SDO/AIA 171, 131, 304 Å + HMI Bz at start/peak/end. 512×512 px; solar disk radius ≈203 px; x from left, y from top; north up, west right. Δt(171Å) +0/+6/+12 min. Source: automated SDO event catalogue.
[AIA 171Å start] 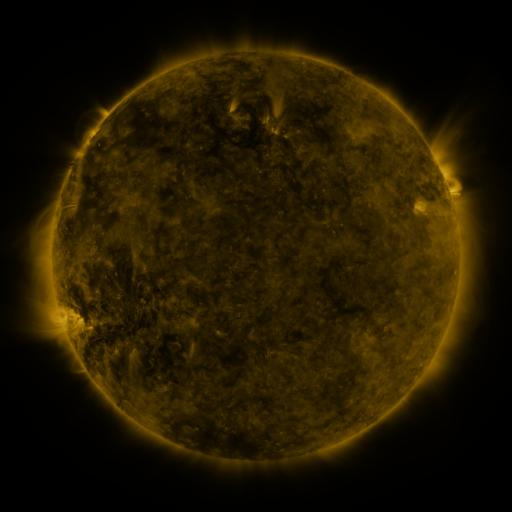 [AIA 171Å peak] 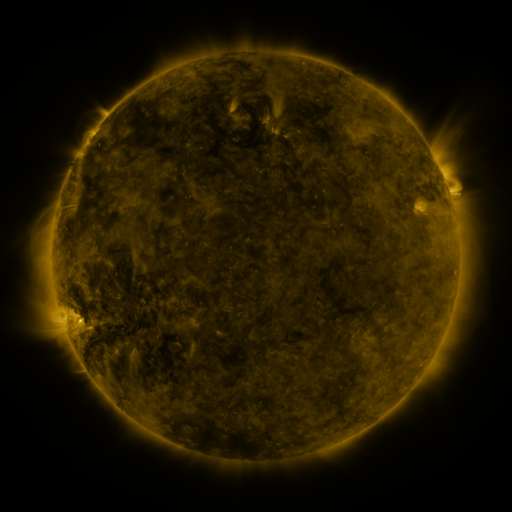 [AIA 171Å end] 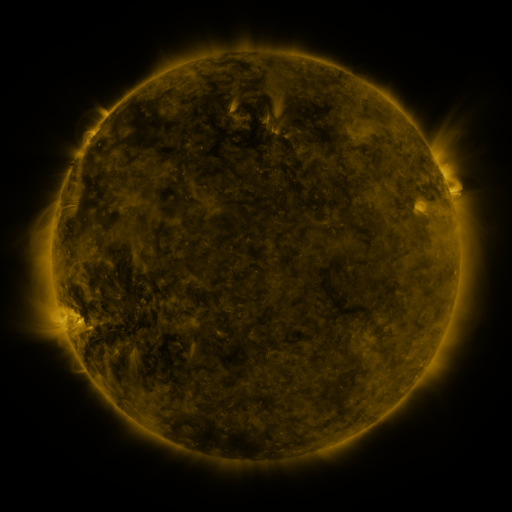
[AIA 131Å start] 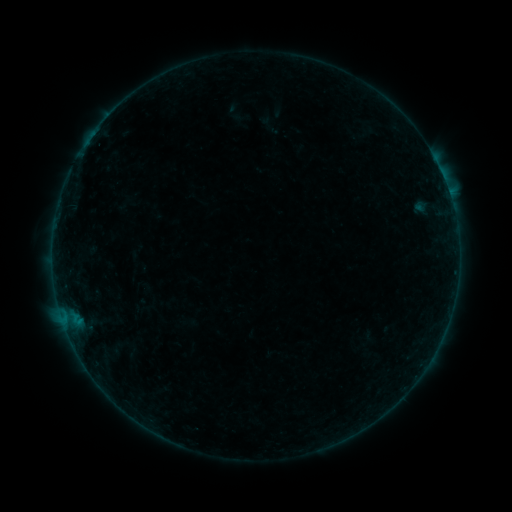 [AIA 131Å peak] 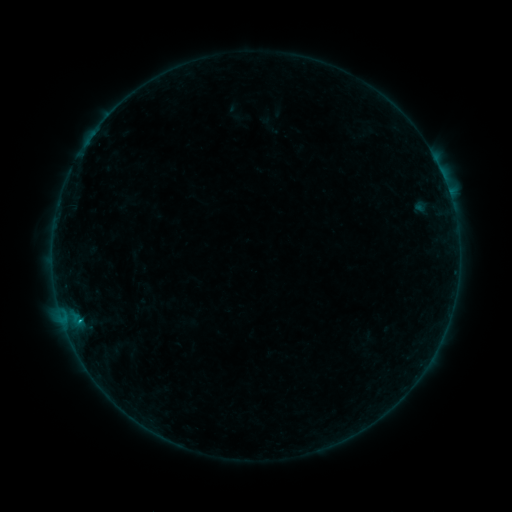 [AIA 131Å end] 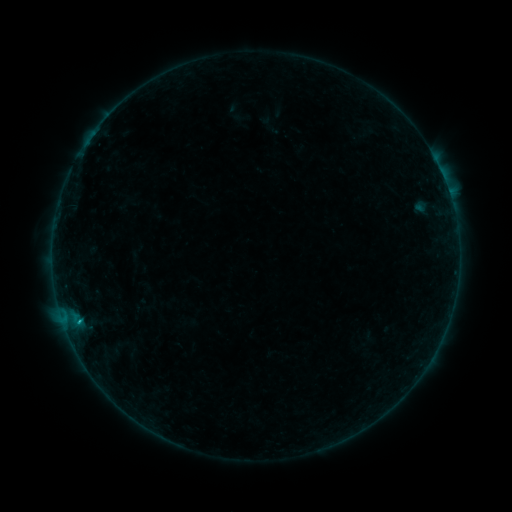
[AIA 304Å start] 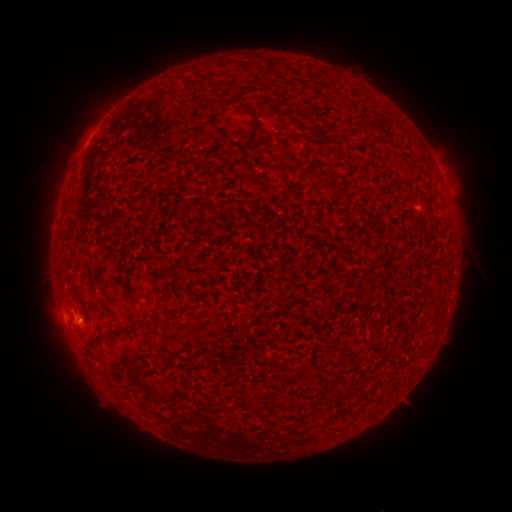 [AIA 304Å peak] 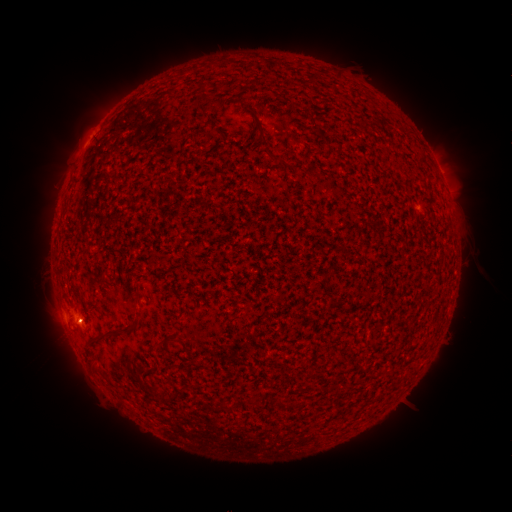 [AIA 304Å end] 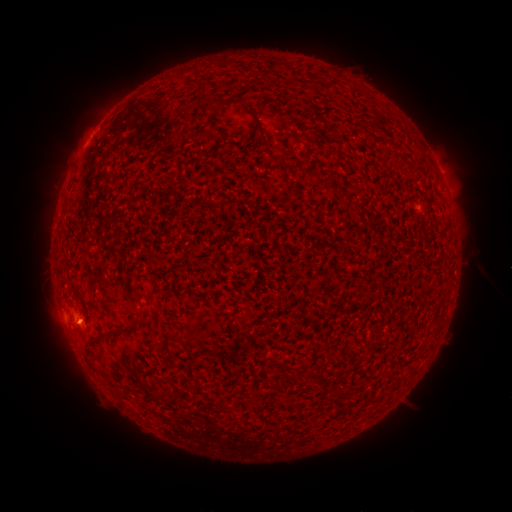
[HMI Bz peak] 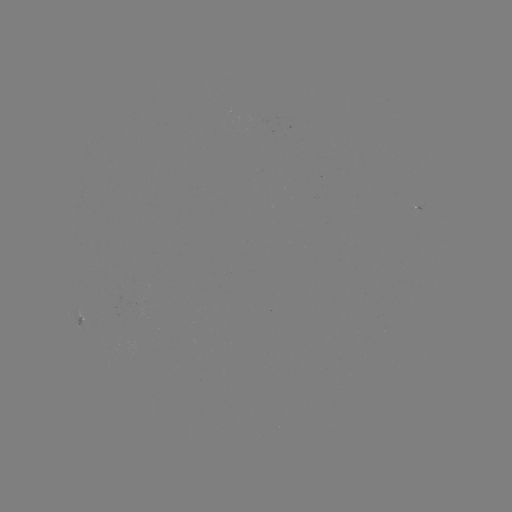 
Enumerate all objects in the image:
B6.2 flare: (79, 317)
